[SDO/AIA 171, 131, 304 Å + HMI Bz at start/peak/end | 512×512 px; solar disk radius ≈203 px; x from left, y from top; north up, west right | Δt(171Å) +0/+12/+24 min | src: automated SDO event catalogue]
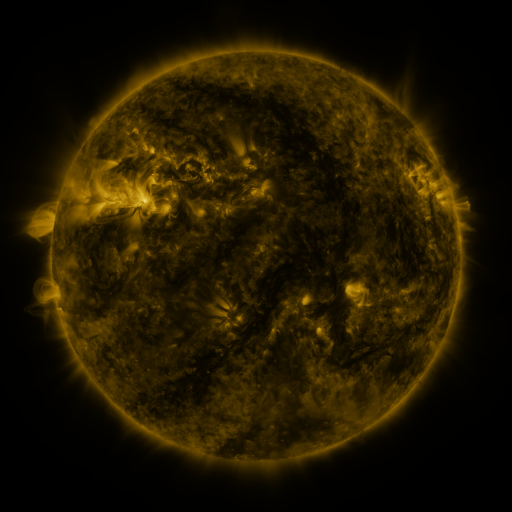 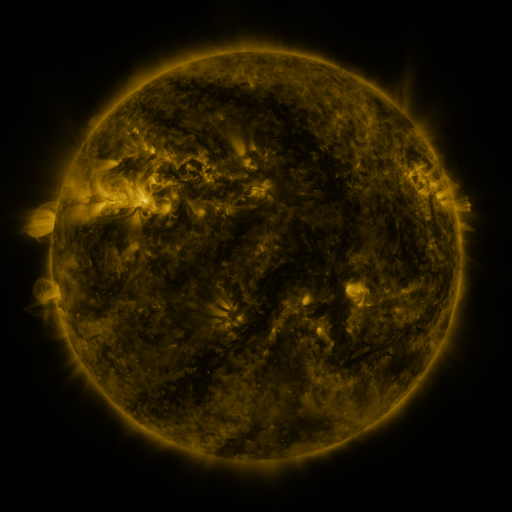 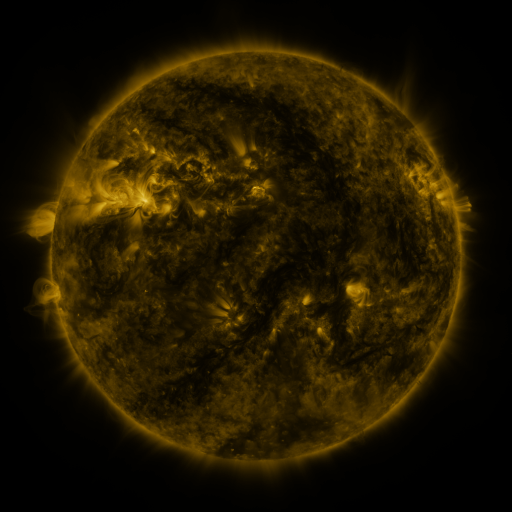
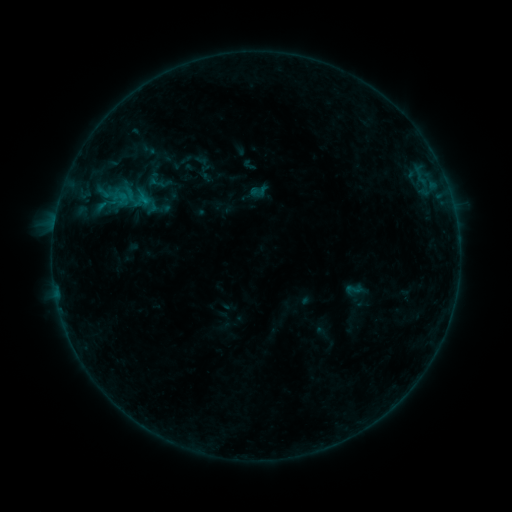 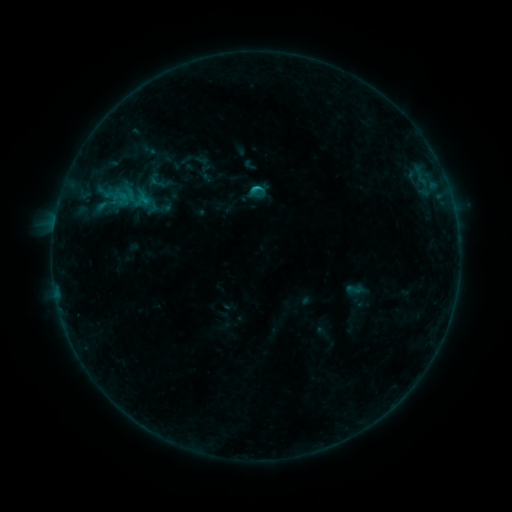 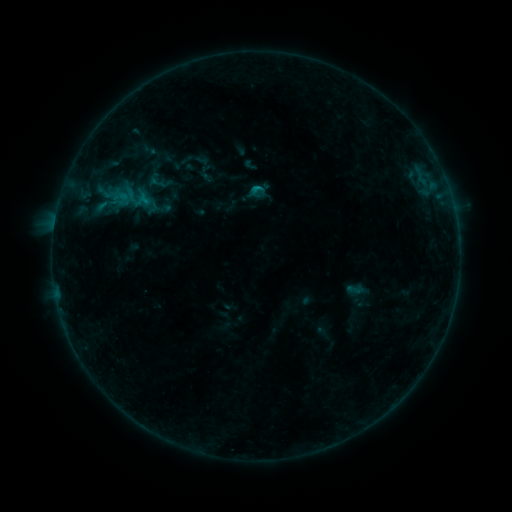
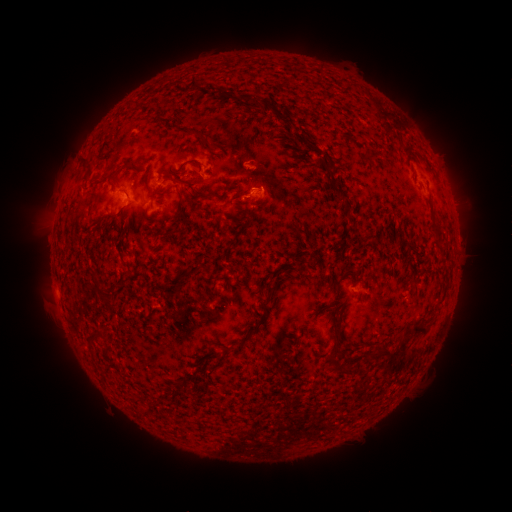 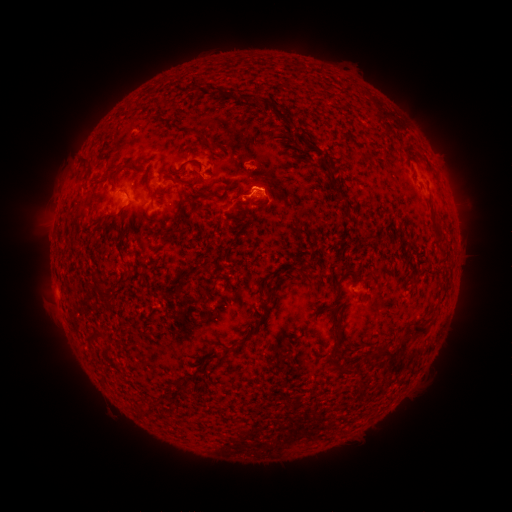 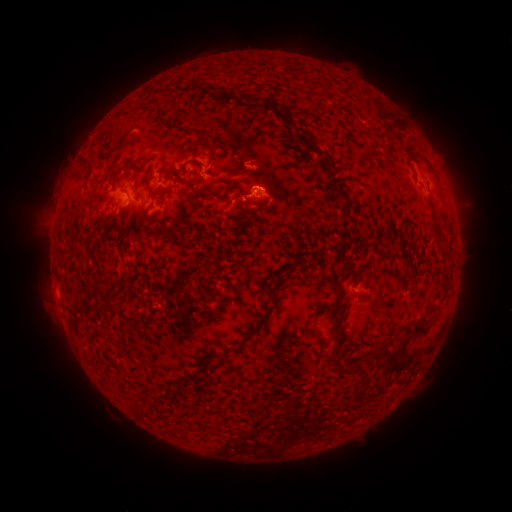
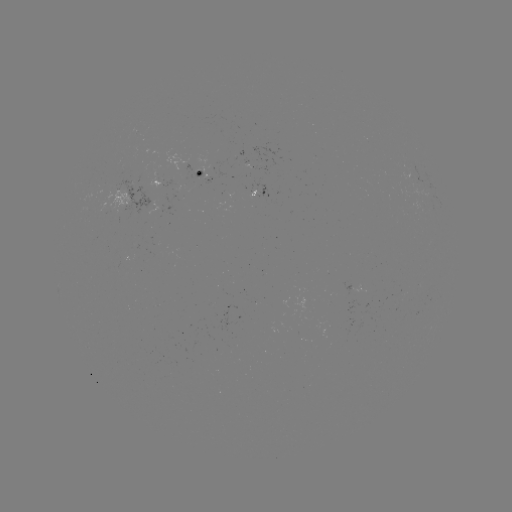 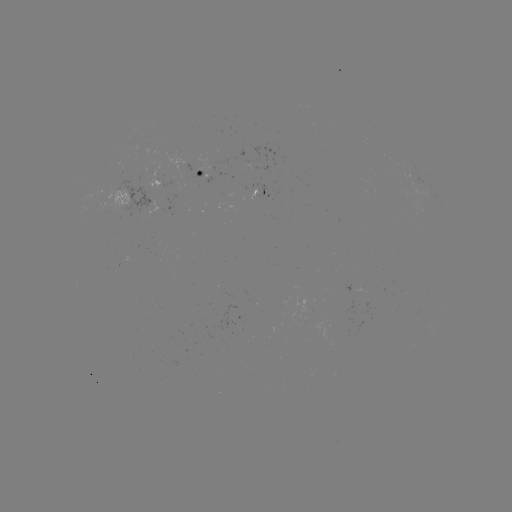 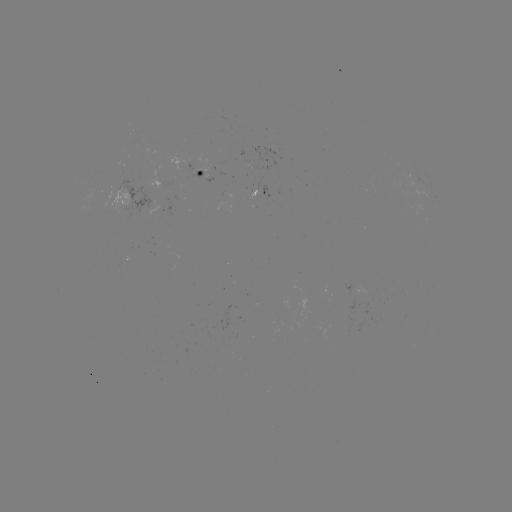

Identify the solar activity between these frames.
B6.6 flare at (256, 188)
